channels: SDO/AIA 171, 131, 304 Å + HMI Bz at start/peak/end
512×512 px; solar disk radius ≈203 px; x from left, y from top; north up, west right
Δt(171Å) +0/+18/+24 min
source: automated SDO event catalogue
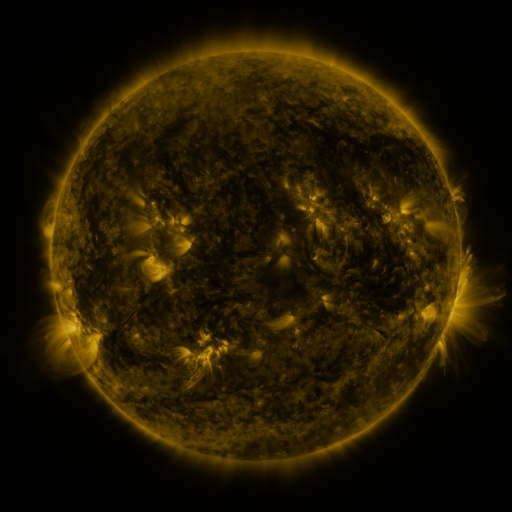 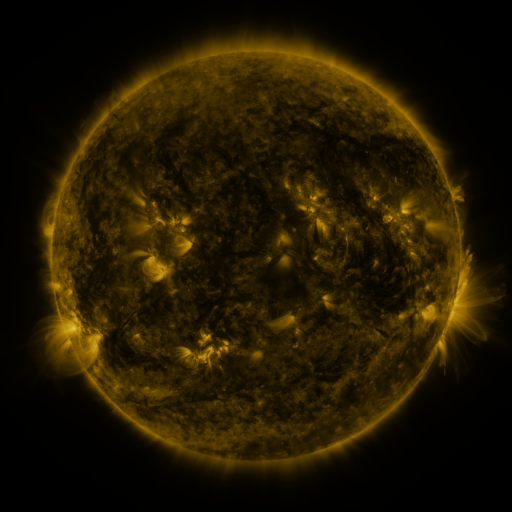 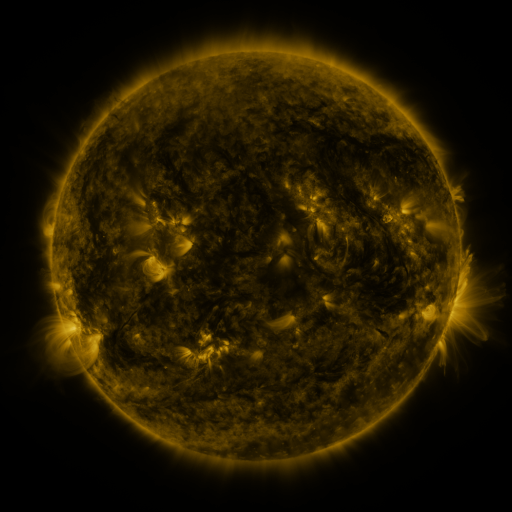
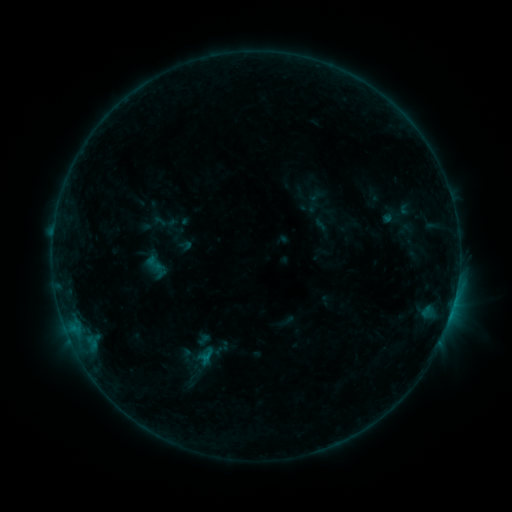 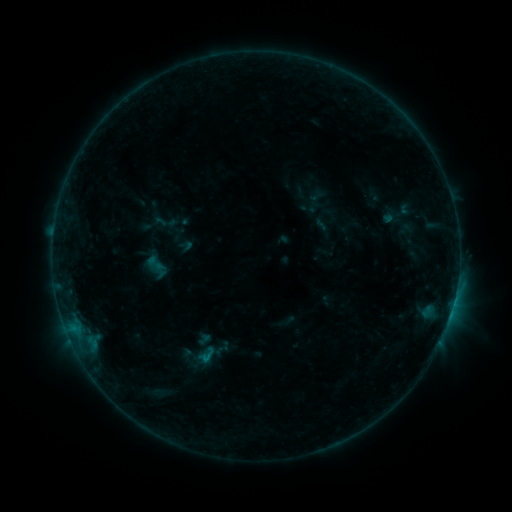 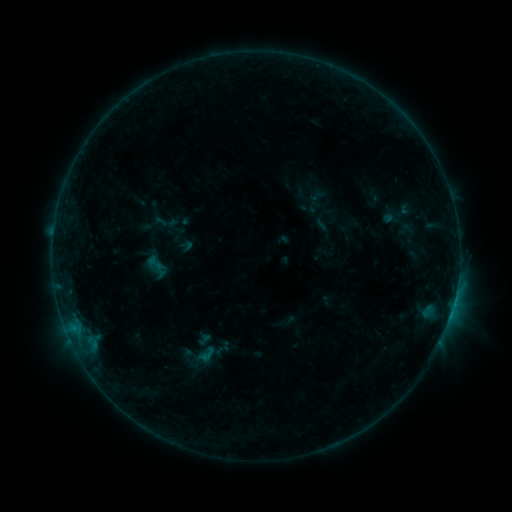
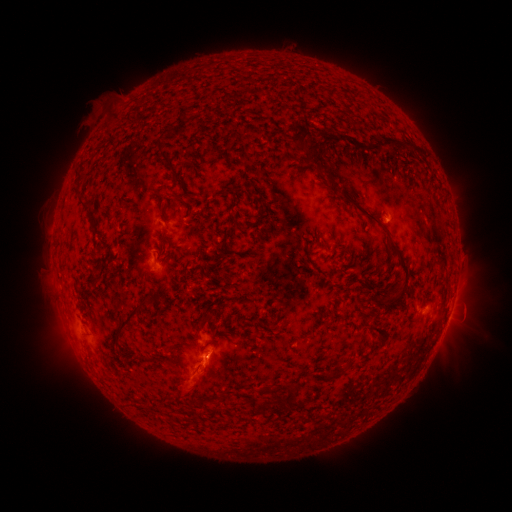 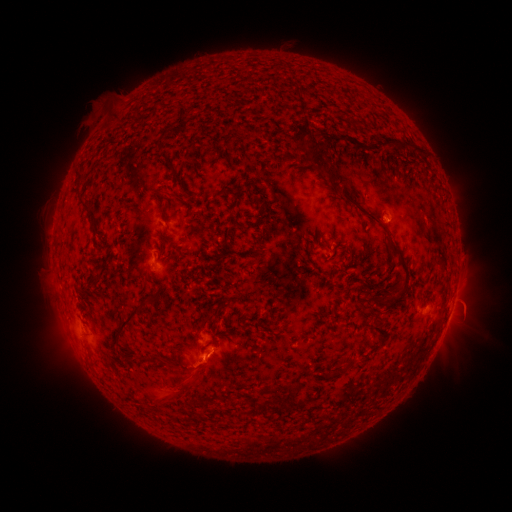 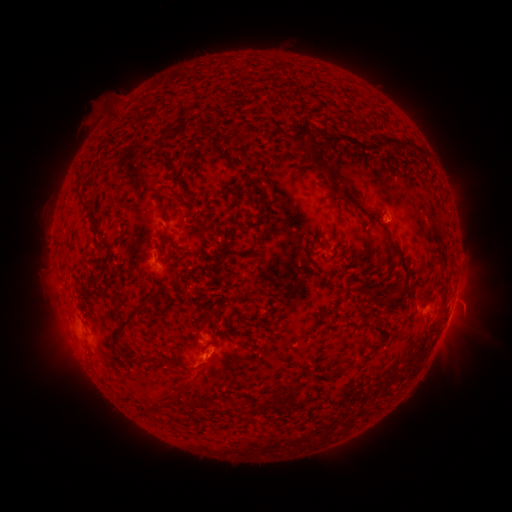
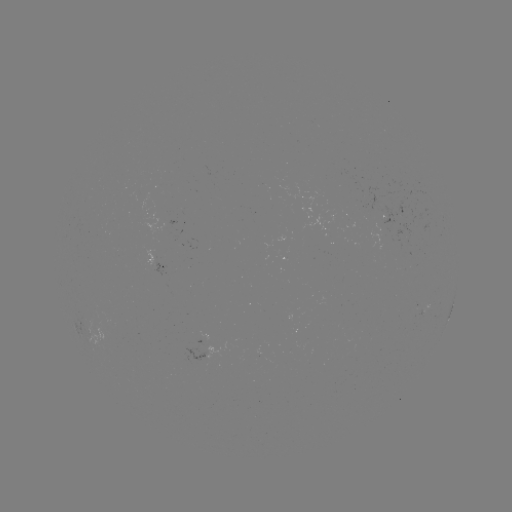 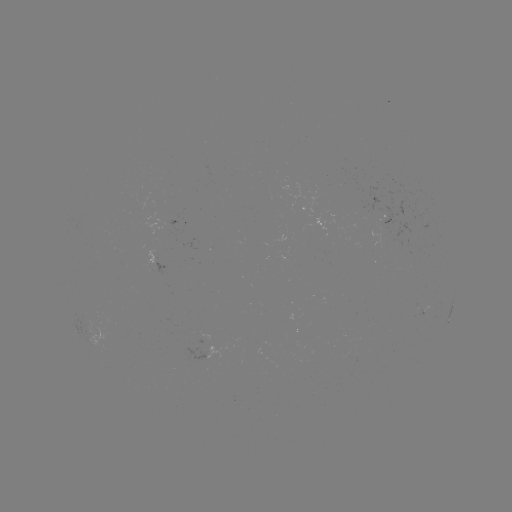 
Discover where C1.0 flare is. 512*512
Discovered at [207, 357].